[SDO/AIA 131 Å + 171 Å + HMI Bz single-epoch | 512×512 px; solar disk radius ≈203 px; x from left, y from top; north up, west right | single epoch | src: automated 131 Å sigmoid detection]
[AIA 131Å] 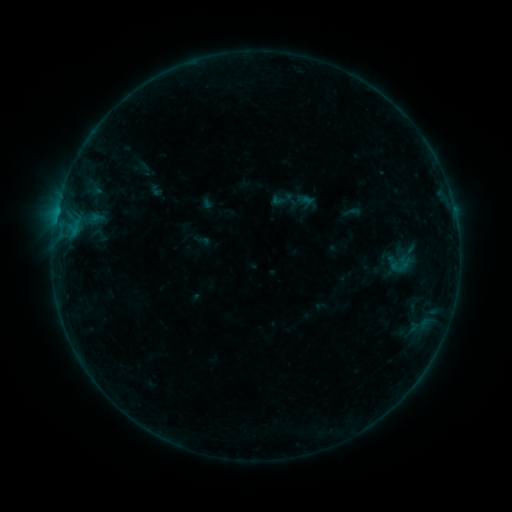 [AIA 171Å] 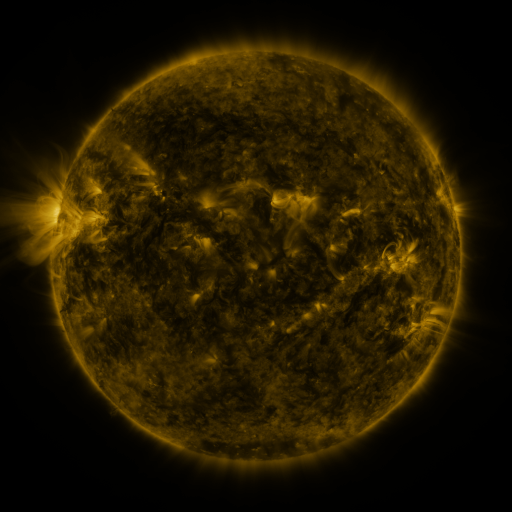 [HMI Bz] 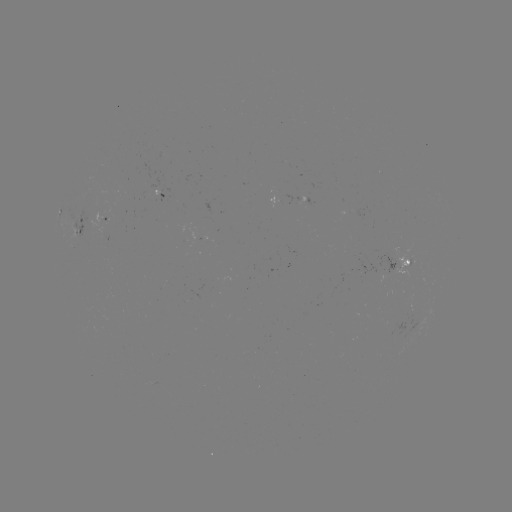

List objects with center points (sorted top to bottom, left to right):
sigmoid: <bbox>270, 187, 293, 210</bbox>
